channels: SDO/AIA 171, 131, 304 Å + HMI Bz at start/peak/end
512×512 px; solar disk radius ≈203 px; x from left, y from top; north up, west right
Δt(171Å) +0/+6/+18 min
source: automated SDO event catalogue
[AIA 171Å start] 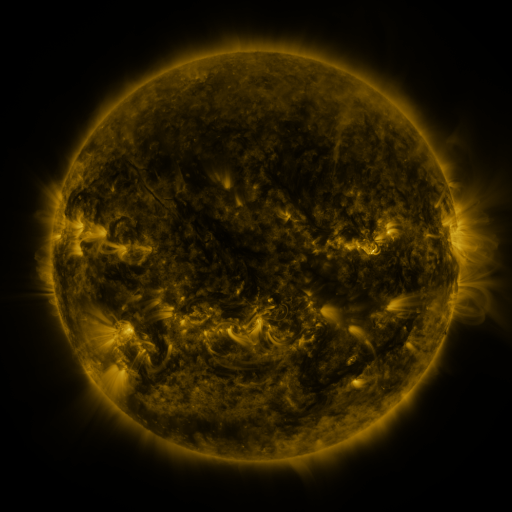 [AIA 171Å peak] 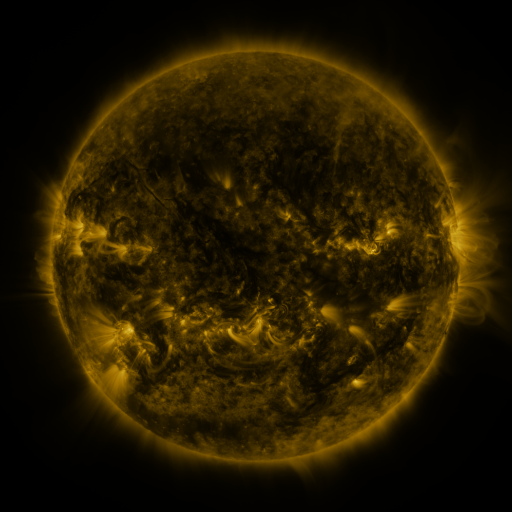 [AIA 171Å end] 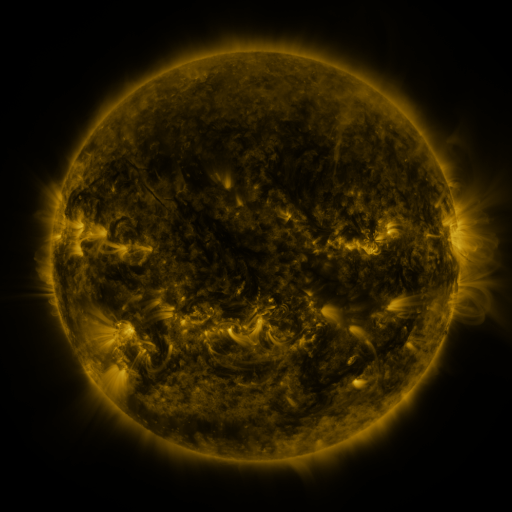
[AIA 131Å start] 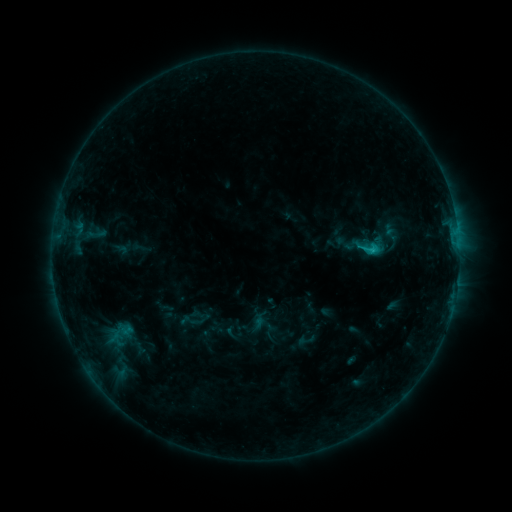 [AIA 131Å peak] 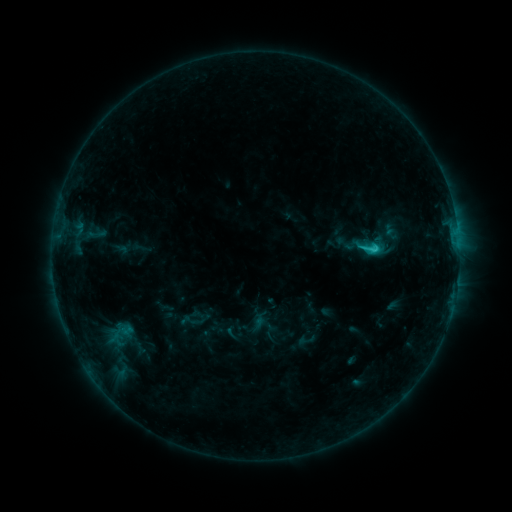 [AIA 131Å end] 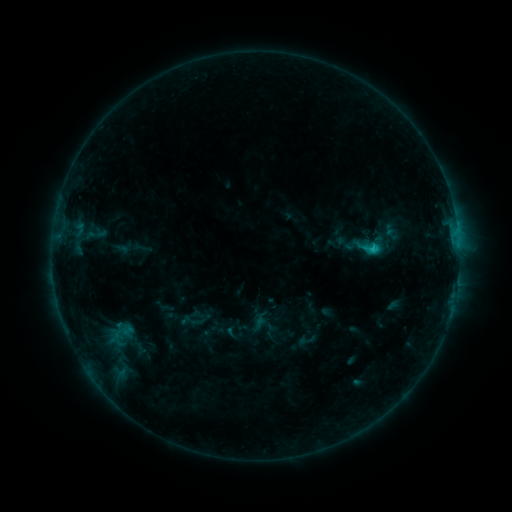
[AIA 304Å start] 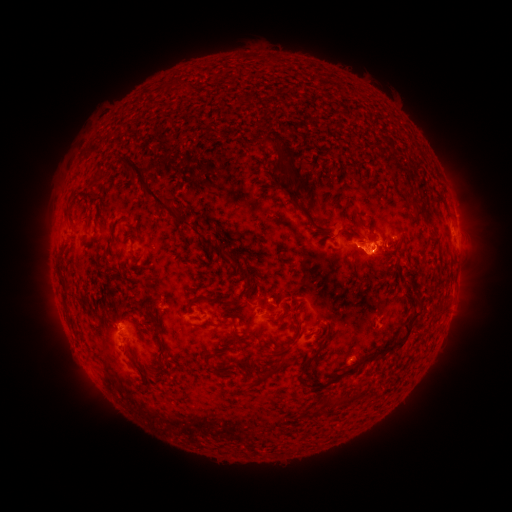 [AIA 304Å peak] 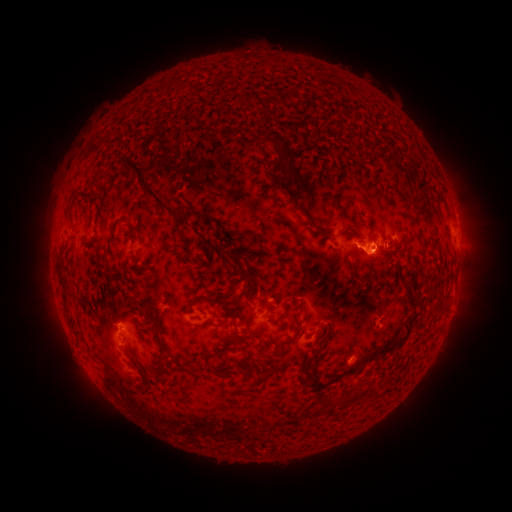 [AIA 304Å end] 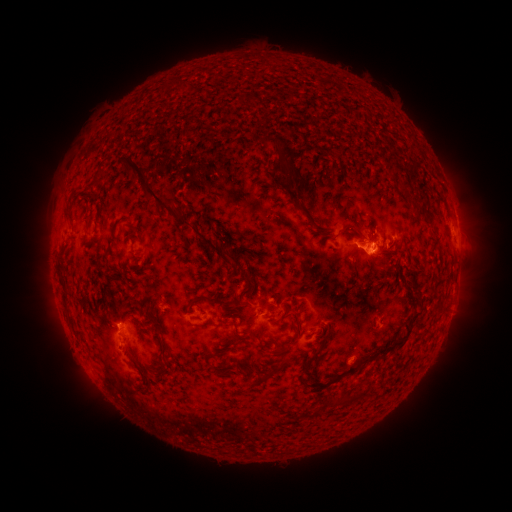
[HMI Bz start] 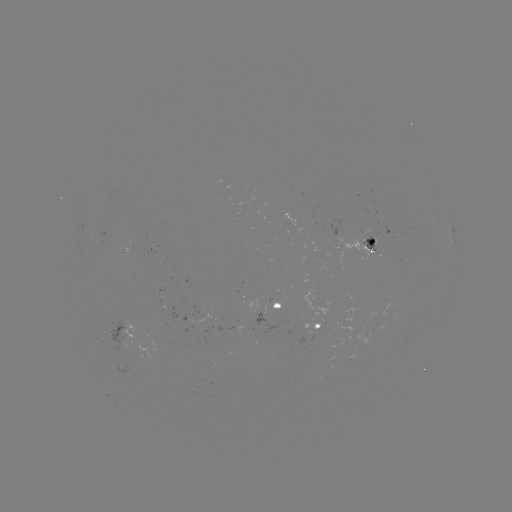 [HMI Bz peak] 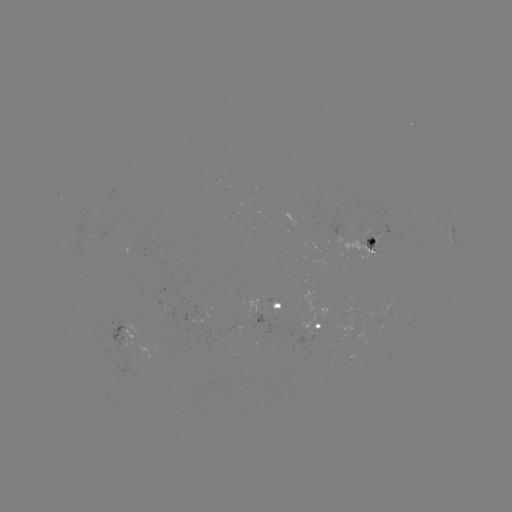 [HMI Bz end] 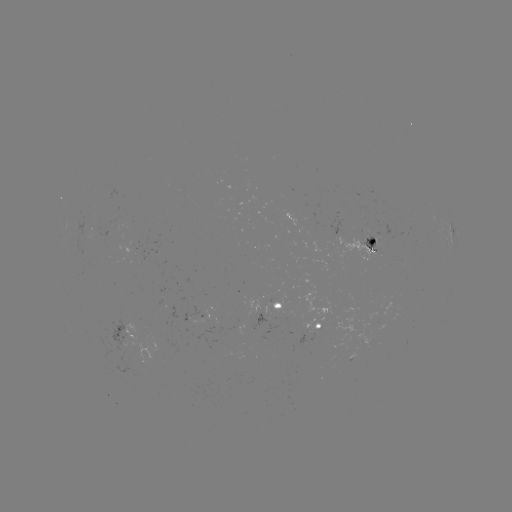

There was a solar flare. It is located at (374, 251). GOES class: C1.5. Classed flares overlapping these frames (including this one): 1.